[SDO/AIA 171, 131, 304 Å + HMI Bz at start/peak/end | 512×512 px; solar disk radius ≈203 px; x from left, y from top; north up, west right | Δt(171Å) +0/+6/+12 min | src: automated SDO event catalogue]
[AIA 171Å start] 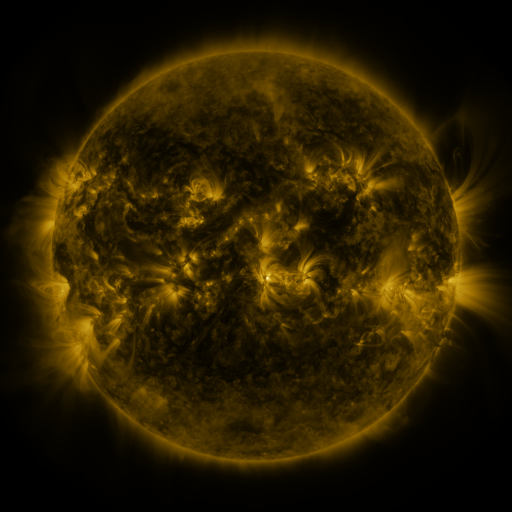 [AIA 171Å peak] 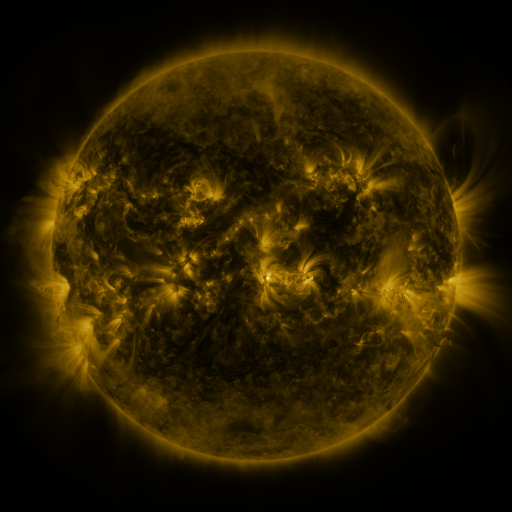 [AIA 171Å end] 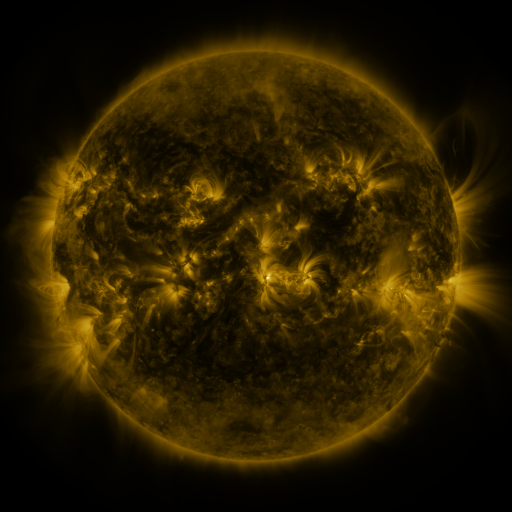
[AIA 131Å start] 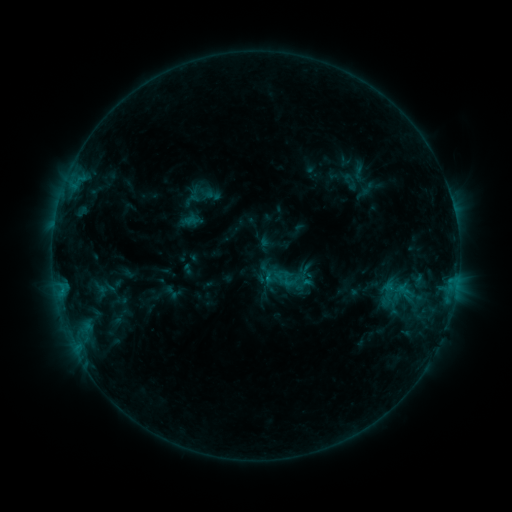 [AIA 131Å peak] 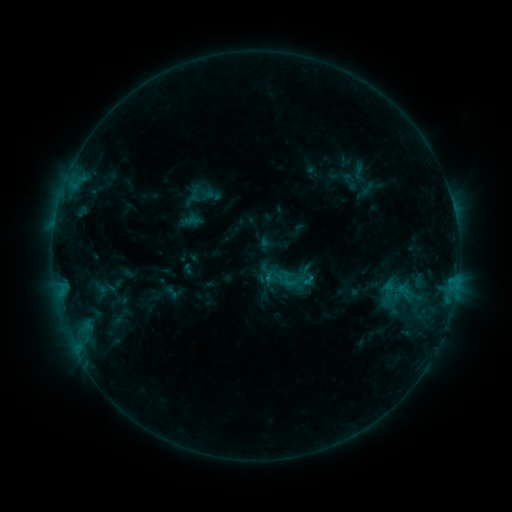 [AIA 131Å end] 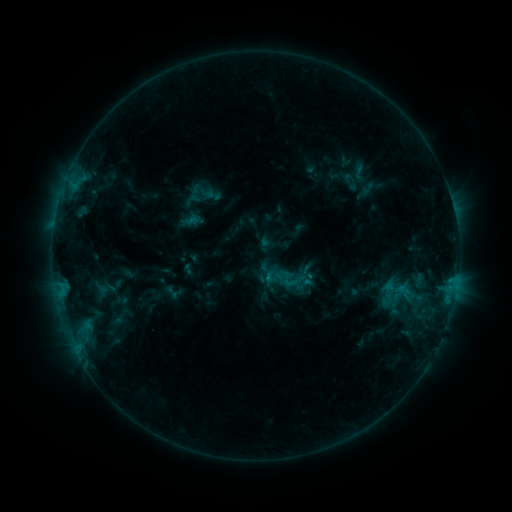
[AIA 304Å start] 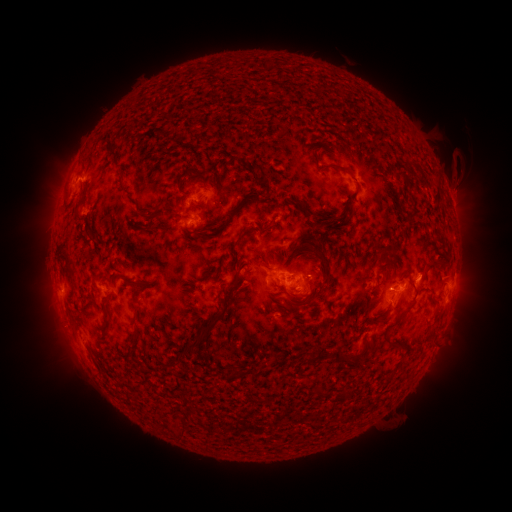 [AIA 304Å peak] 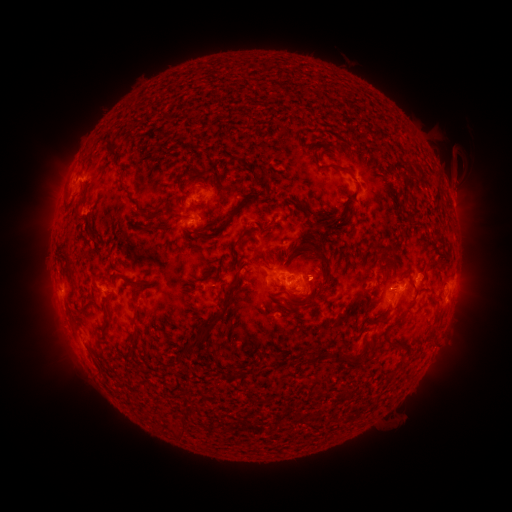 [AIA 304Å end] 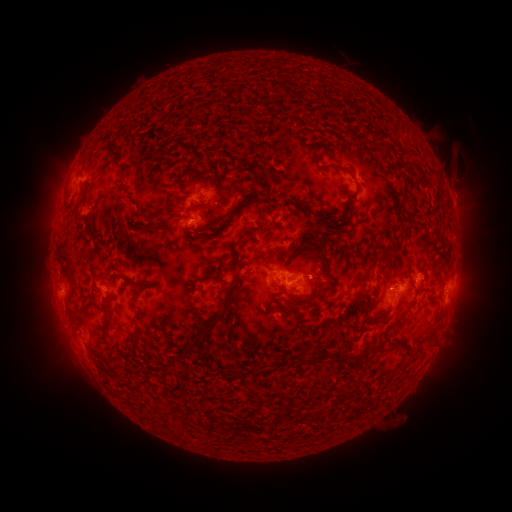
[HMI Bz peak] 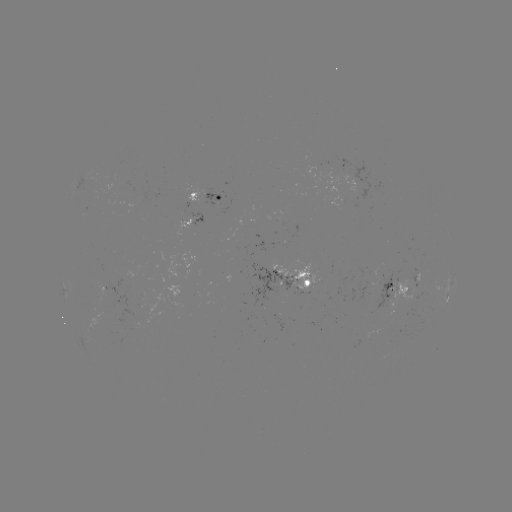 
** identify C1.5 flare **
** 307,275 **